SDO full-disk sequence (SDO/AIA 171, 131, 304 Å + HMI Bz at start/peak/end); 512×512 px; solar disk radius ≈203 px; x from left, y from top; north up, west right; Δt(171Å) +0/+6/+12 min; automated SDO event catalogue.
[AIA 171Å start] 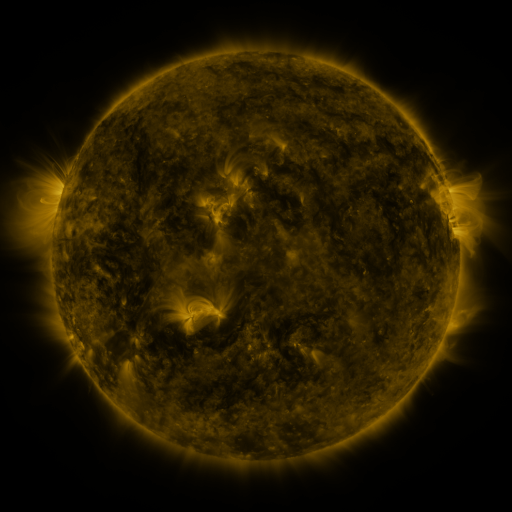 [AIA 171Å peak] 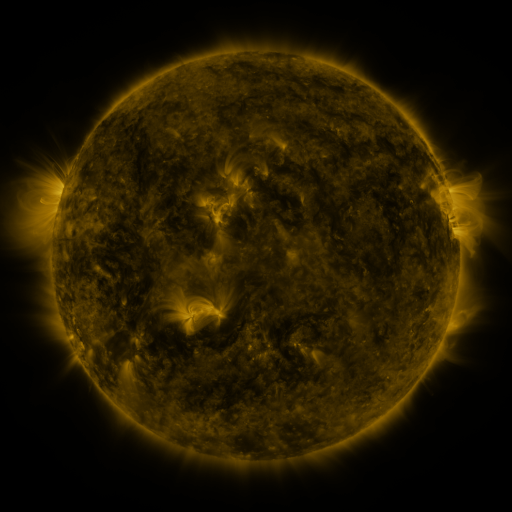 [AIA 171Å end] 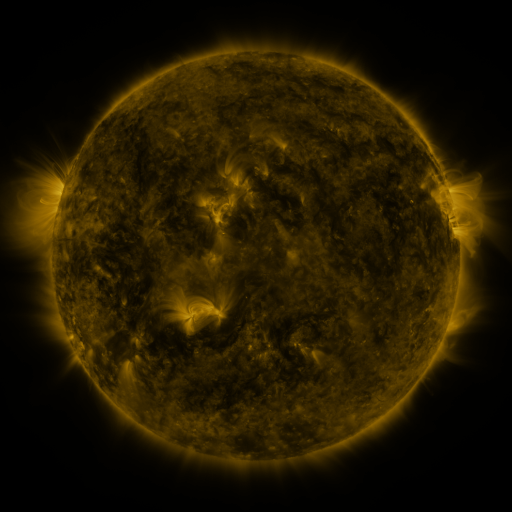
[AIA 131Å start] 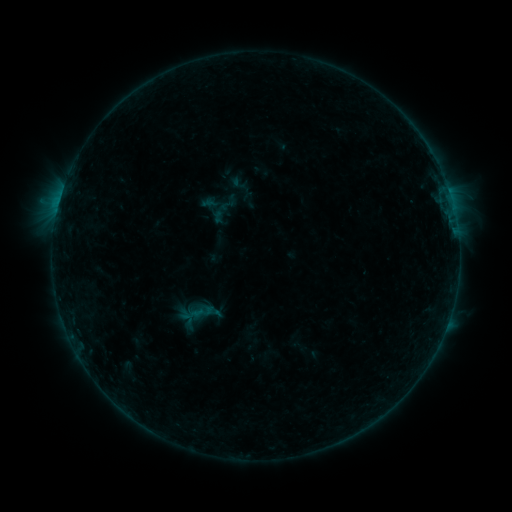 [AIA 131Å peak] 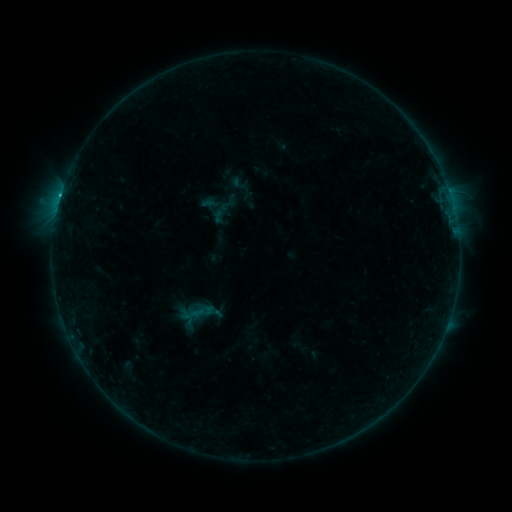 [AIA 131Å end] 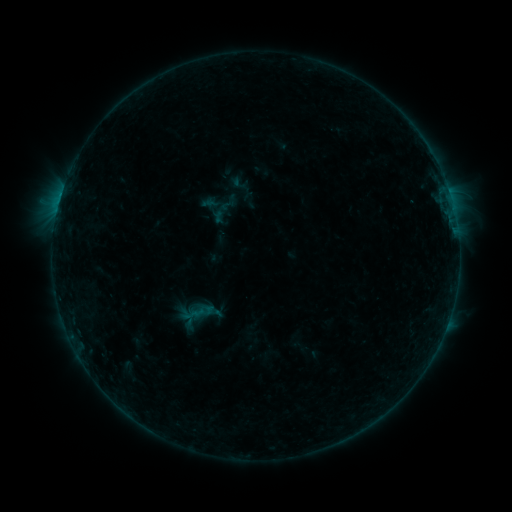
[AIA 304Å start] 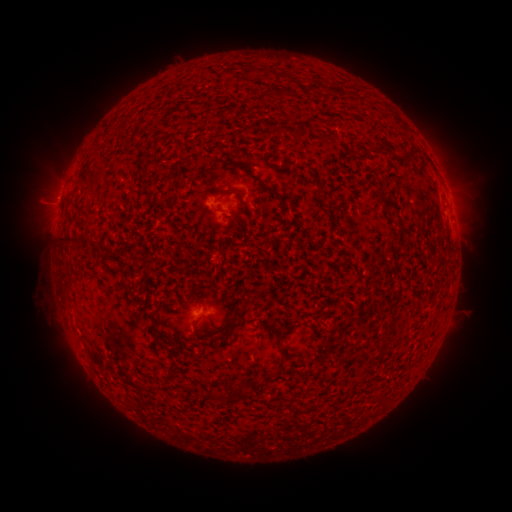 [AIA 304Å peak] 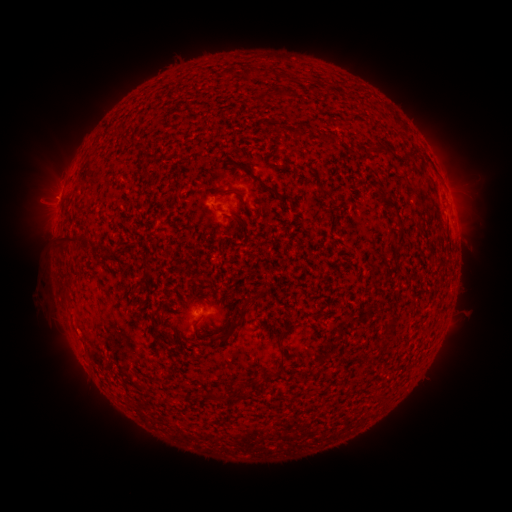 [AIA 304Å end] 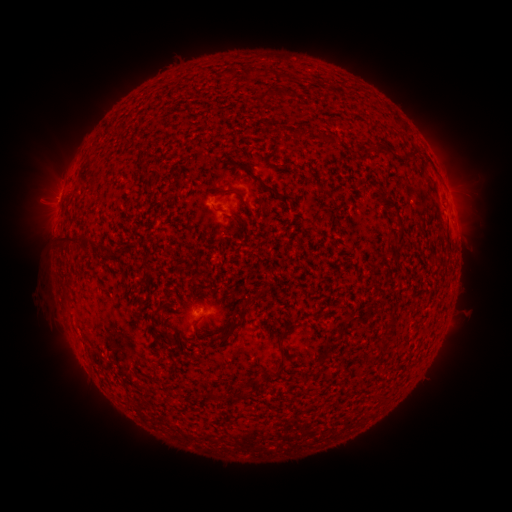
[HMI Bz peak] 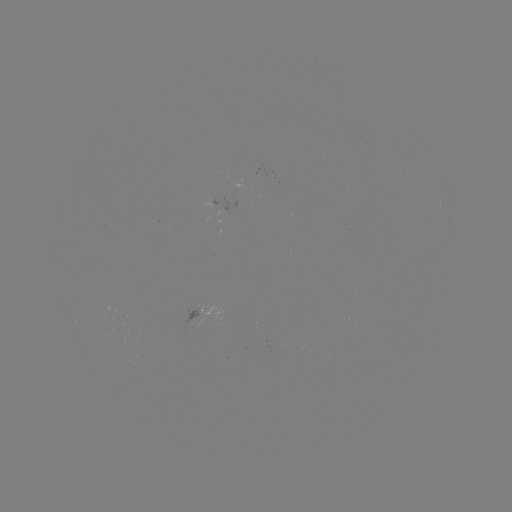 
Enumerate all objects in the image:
B9.7 flare: (61, 196)
